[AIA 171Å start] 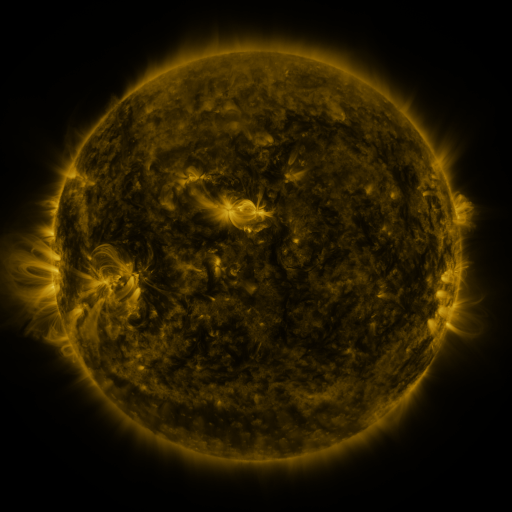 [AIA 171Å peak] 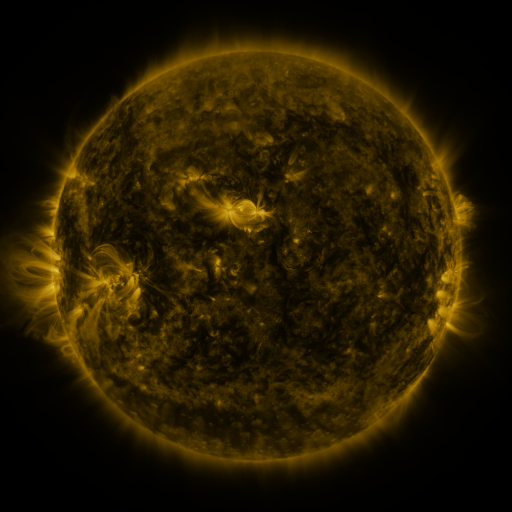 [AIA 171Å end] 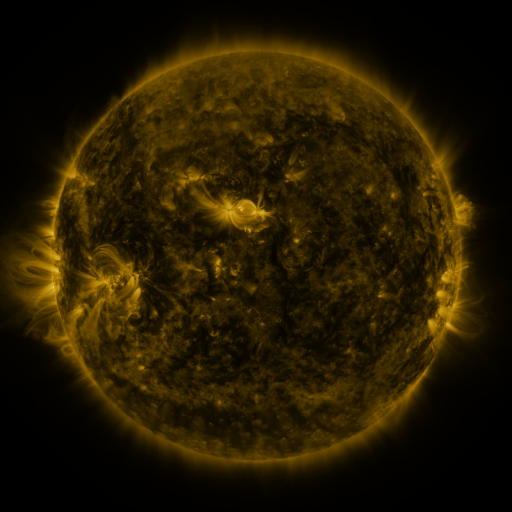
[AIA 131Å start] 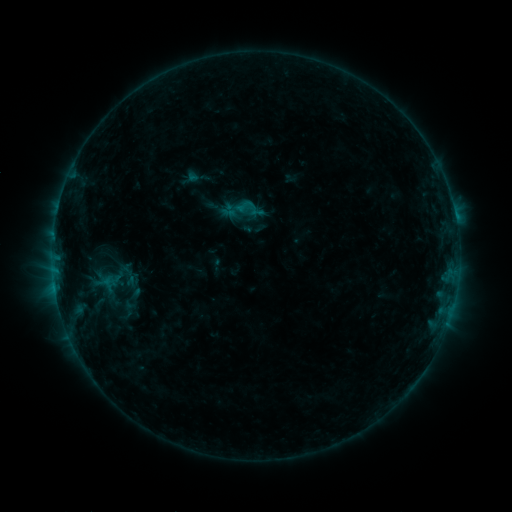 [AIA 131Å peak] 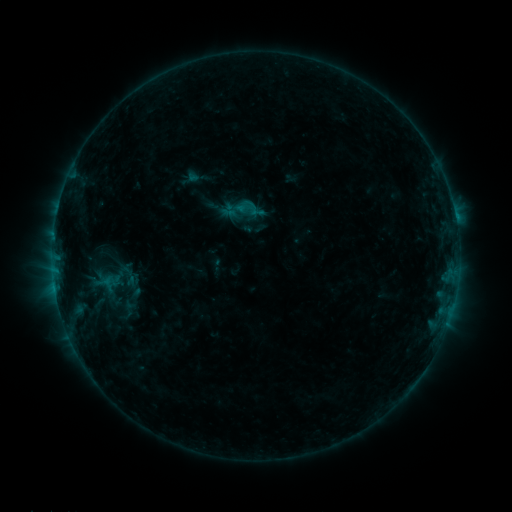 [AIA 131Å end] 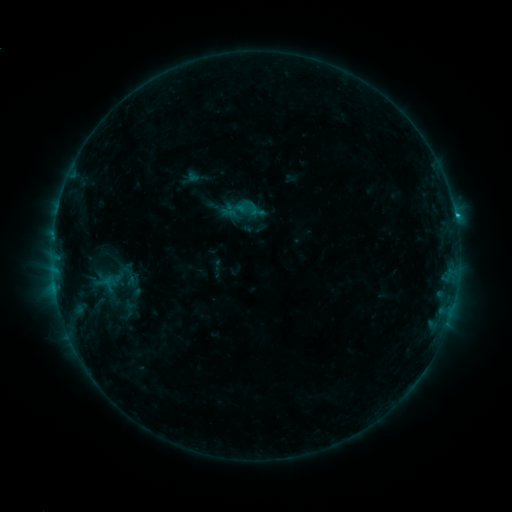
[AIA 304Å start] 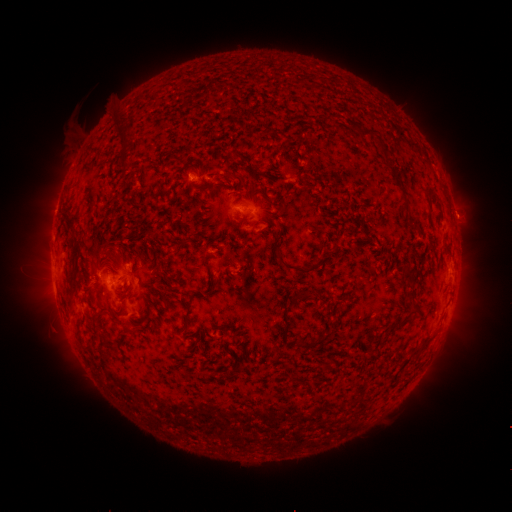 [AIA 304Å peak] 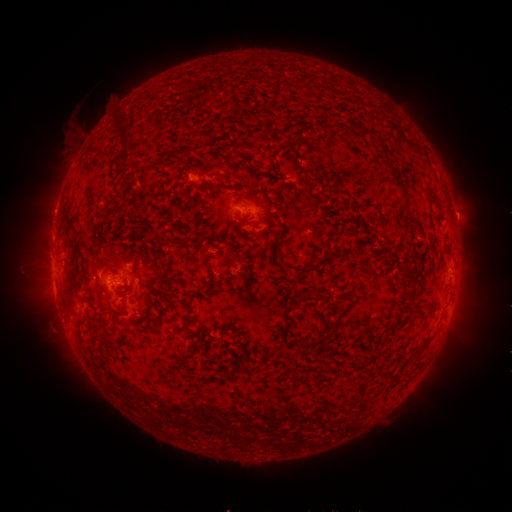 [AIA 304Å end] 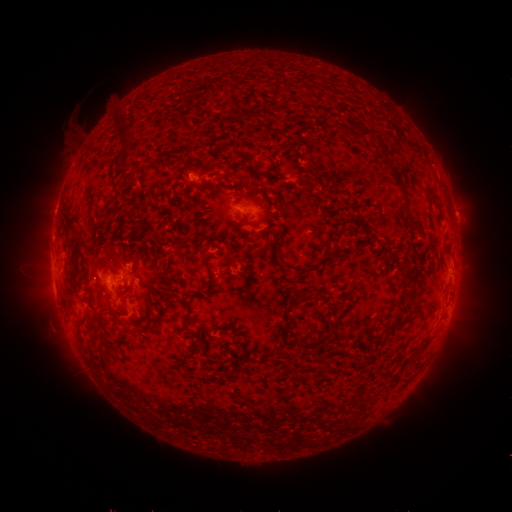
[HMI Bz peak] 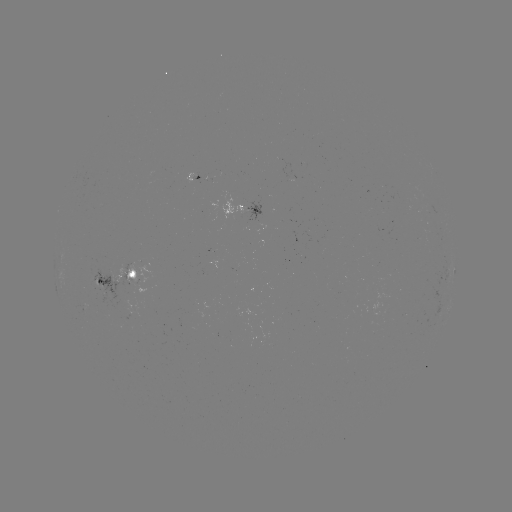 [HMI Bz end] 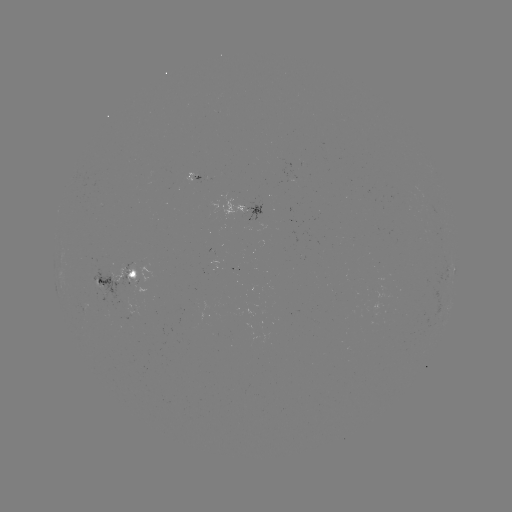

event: flare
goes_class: C1.0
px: (117, 284)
